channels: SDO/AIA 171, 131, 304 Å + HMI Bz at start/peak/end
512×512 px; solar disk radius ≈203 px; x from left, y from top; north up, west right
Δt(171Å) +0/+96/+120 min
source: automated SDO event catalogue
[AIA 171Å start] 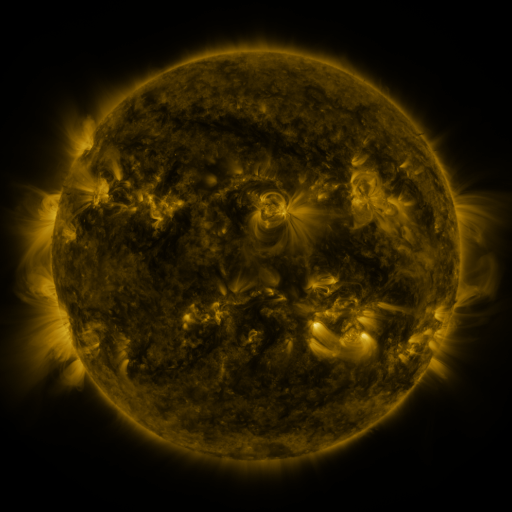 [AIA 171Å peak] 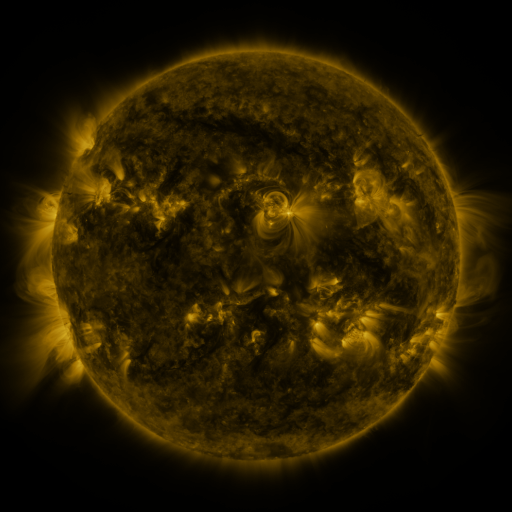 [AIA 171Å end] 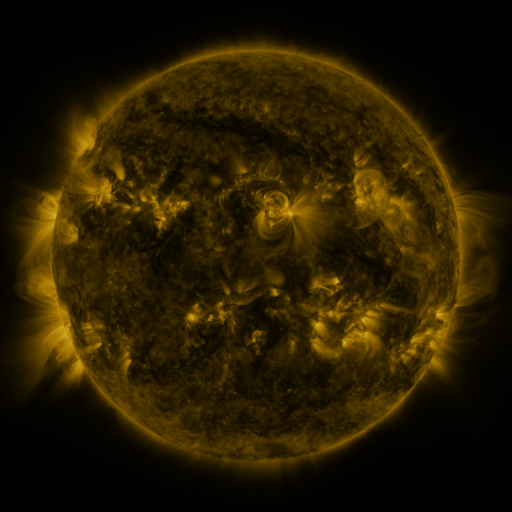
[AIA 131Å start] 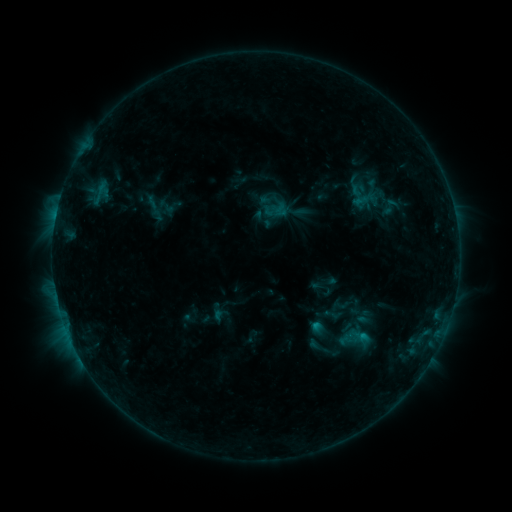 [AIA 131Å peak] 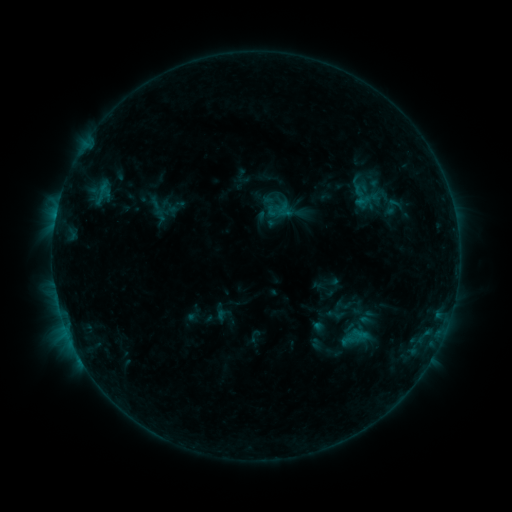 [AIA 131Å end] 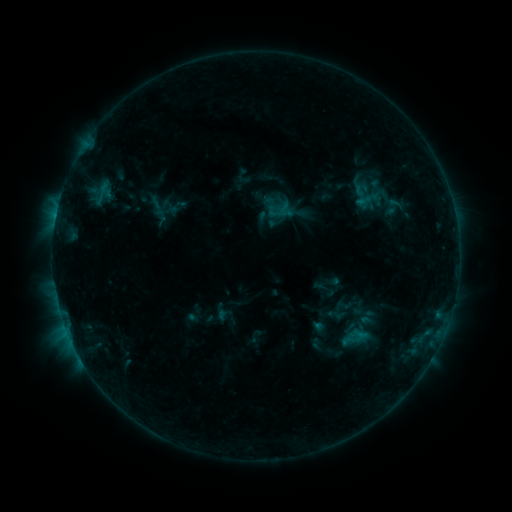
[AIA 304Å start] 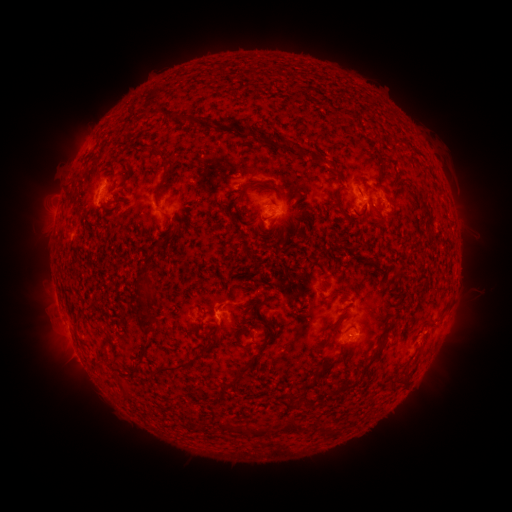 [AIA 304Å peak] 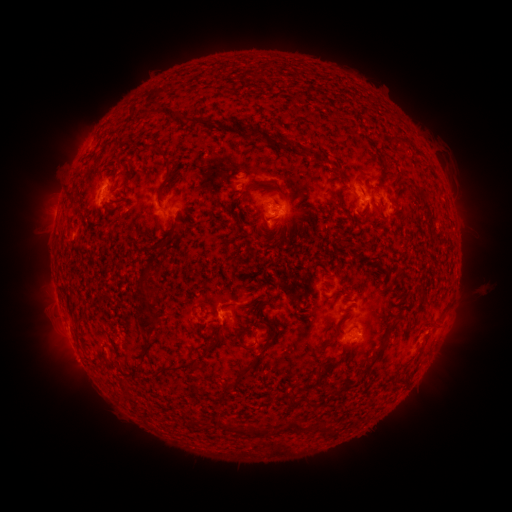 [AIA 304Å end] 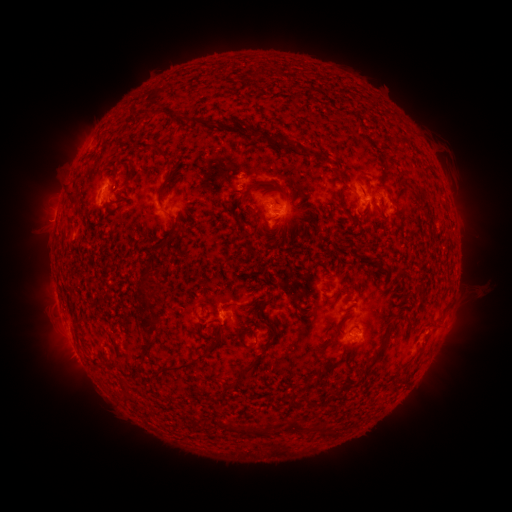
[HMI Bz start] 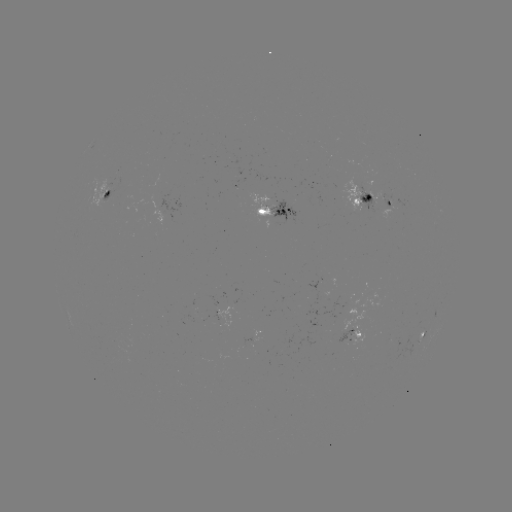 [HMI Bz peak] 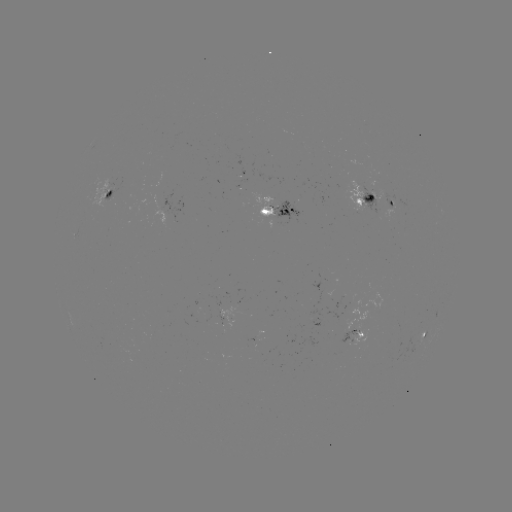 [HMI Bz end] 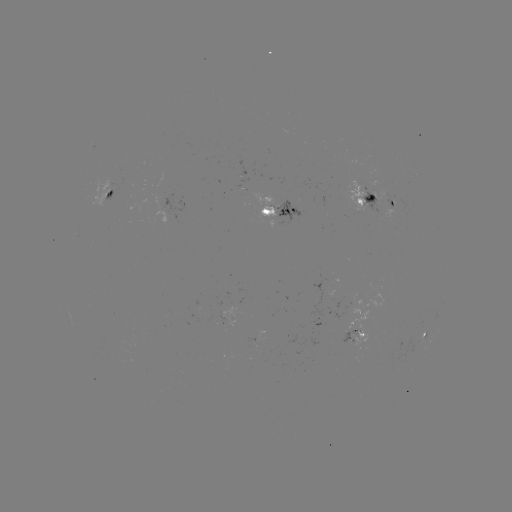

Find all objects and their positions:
emerging-flux region: (350, 332)
